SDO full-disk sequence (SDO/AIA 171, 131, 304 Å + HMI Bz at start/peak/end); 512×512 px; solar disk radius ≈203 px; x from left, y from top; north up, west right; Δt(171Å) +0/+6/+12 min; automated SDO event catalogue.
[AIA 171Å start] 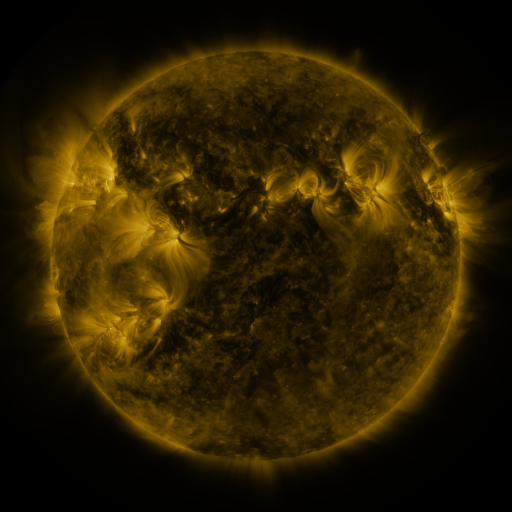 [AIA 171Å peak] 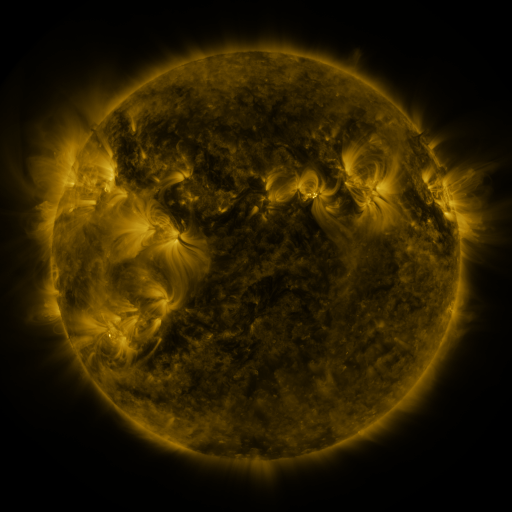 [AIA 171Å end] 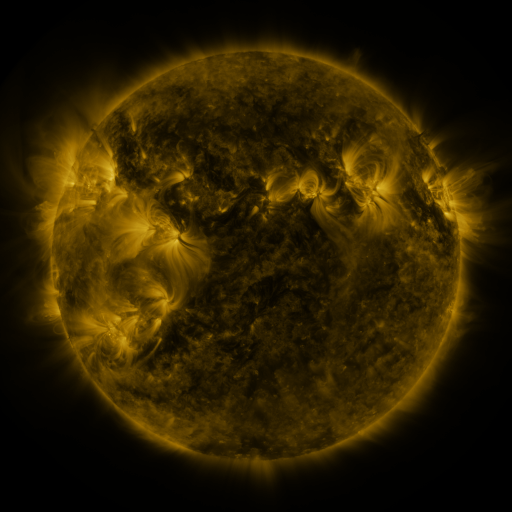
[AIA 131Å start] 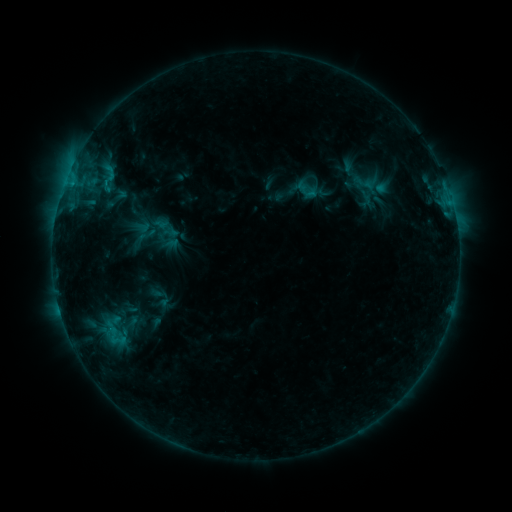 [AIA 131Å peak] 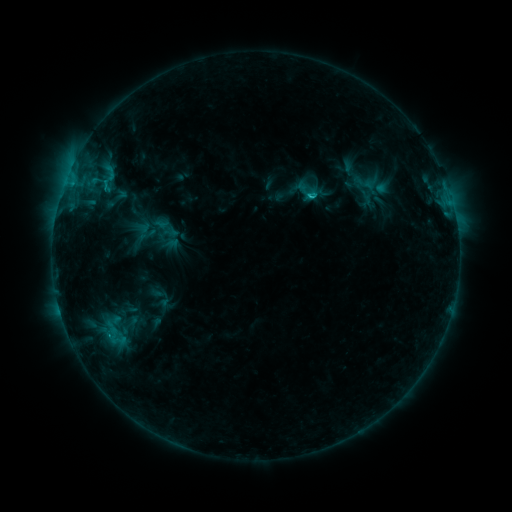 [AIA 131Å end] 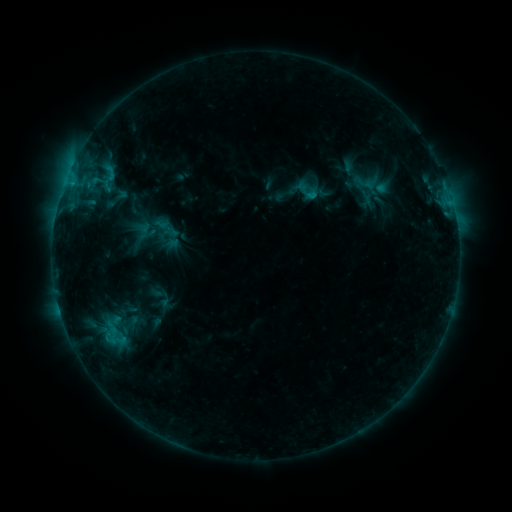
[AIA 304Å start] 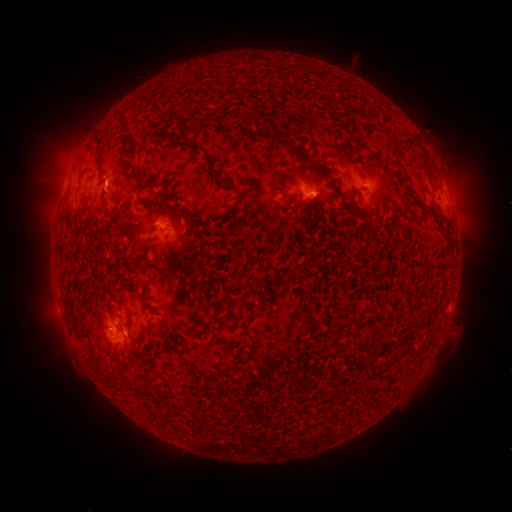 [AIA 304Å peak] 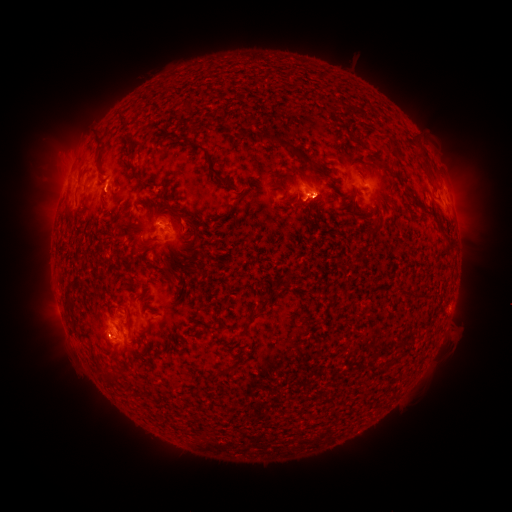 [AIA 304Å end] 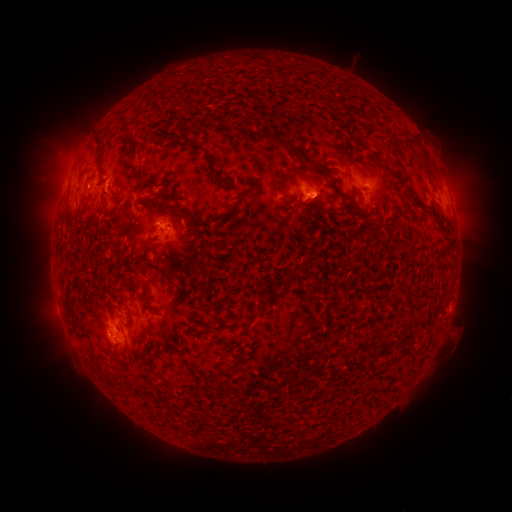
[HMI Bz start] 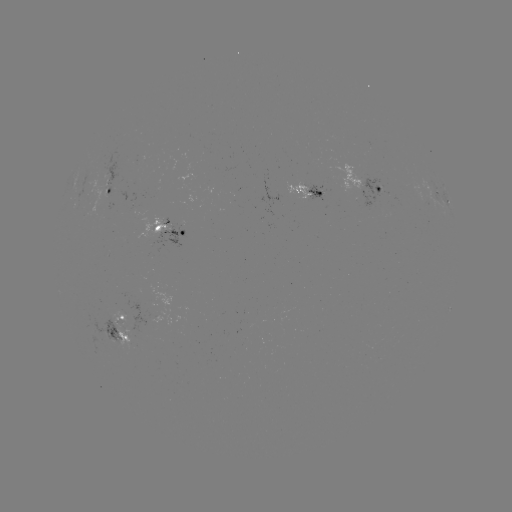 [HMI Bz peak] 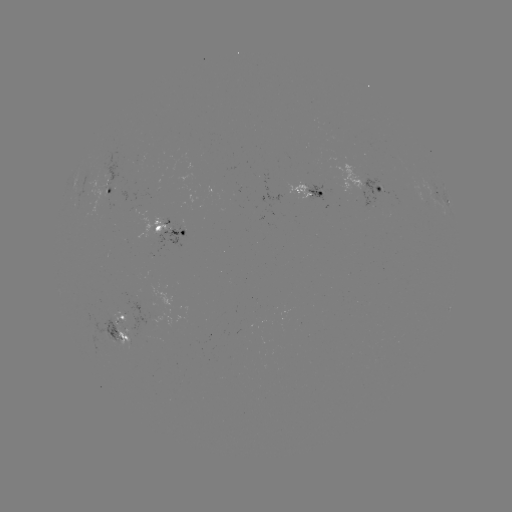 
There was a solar flare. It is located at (309, 199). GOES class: C1.1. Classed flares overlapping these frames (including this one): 1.